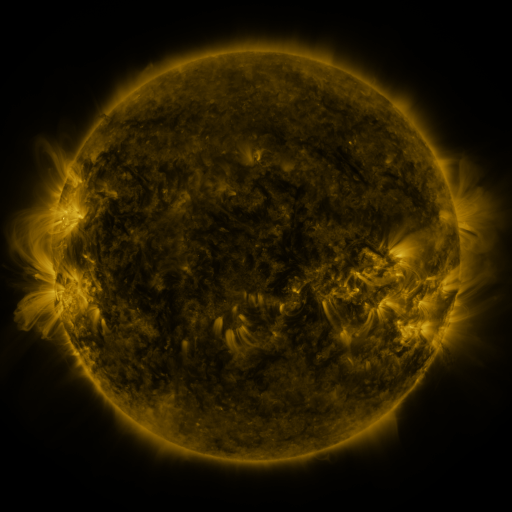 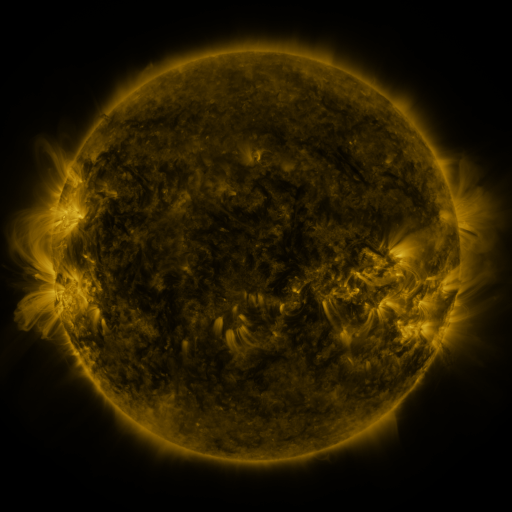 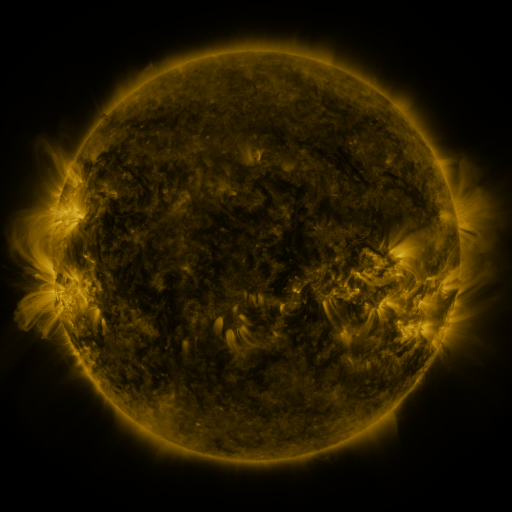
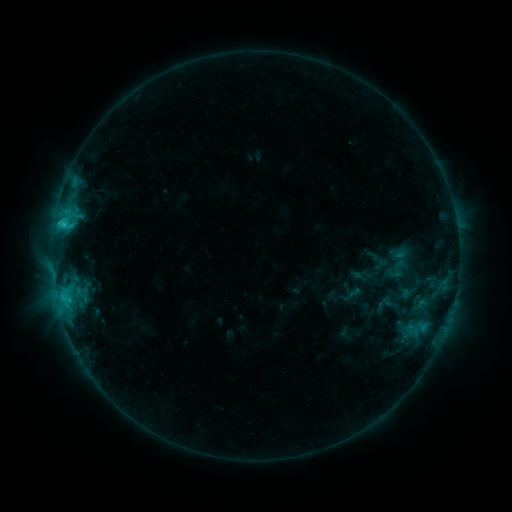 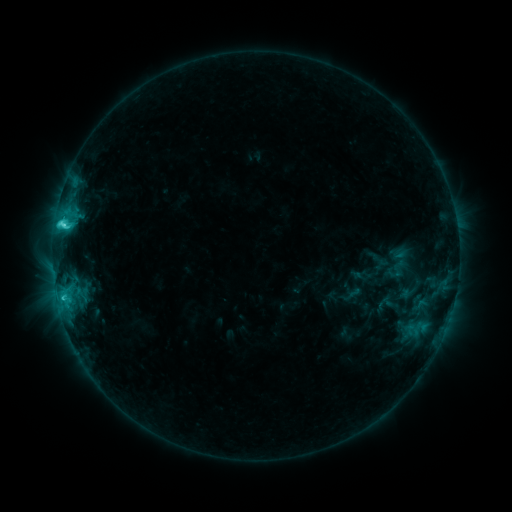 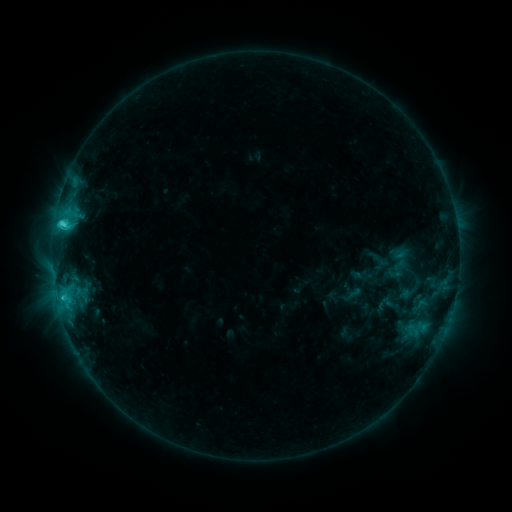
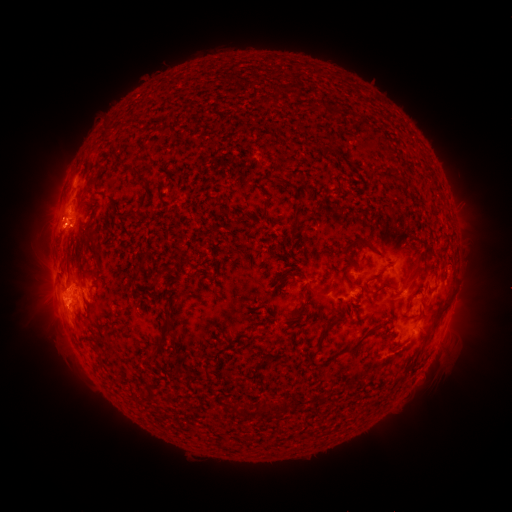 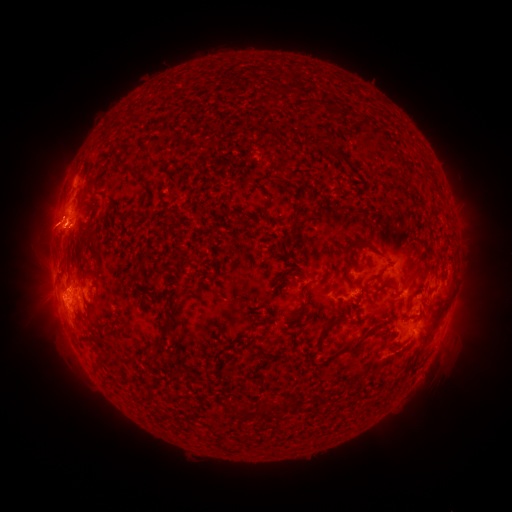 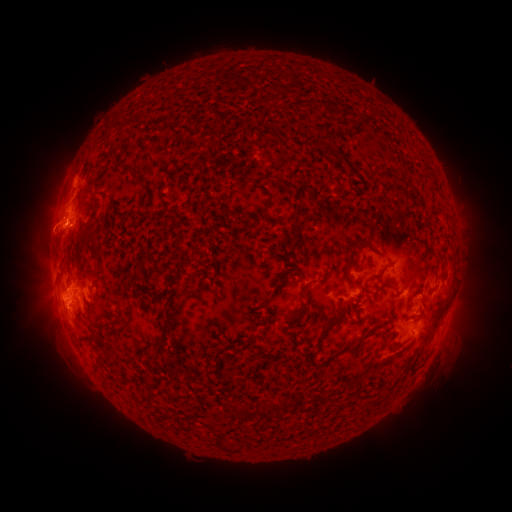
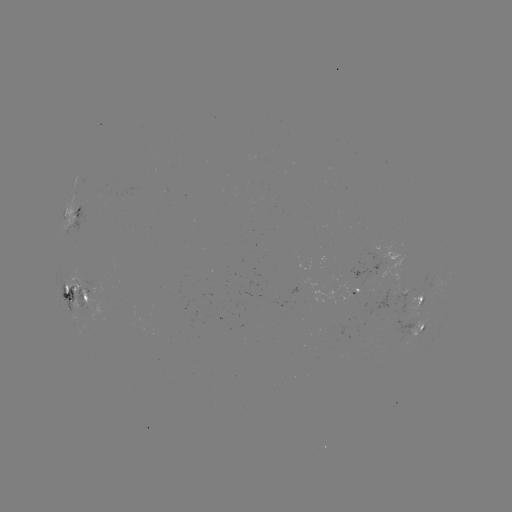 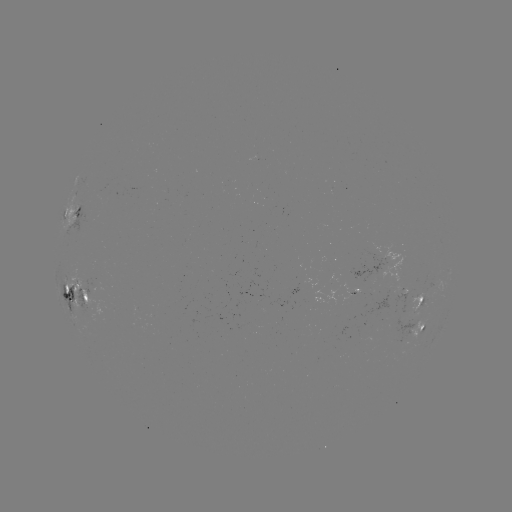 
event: eruption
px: (46, 225)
